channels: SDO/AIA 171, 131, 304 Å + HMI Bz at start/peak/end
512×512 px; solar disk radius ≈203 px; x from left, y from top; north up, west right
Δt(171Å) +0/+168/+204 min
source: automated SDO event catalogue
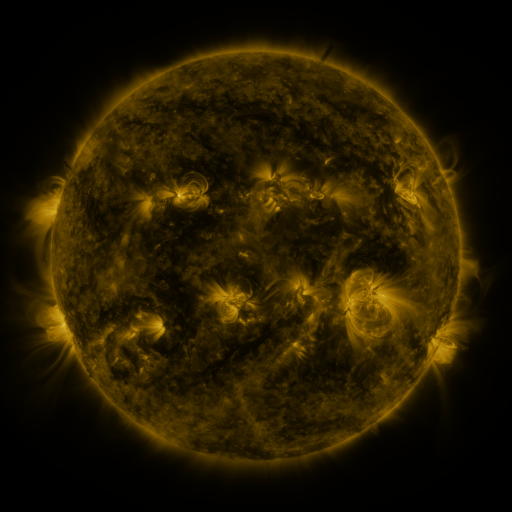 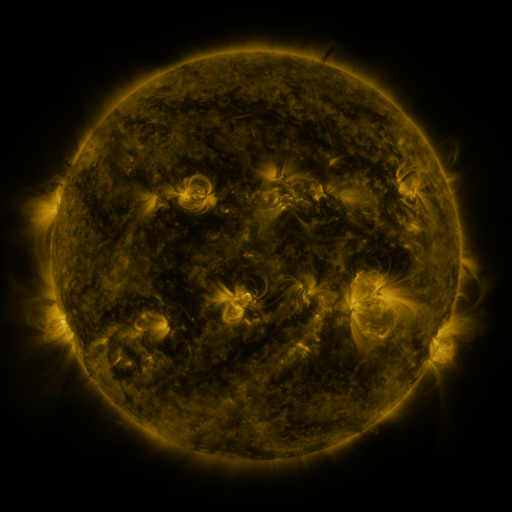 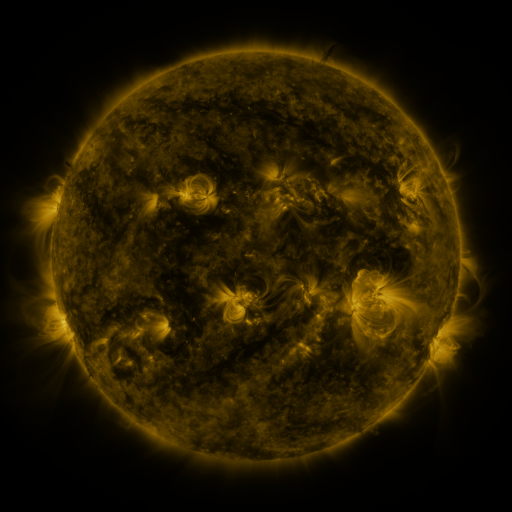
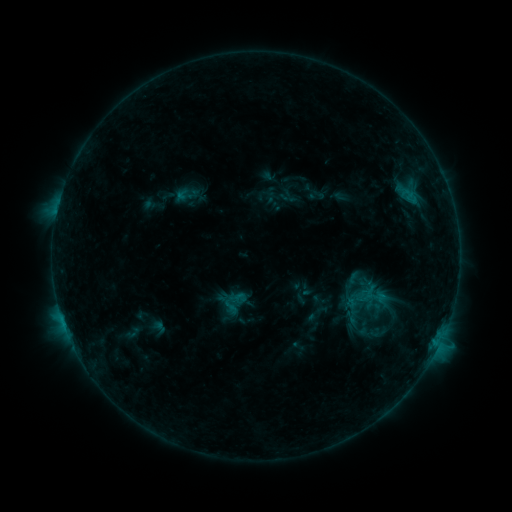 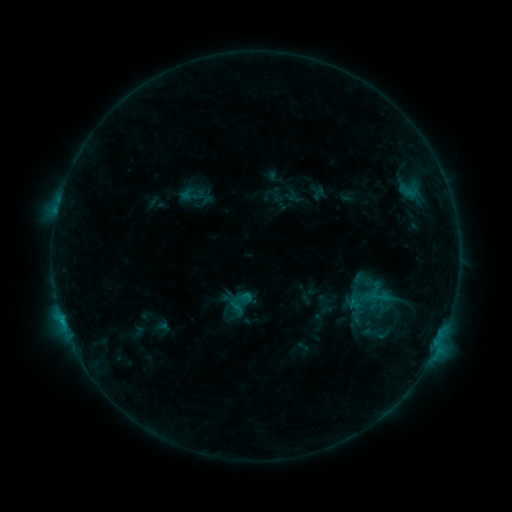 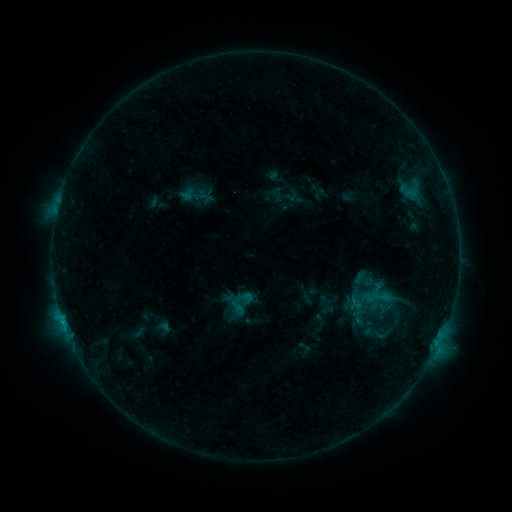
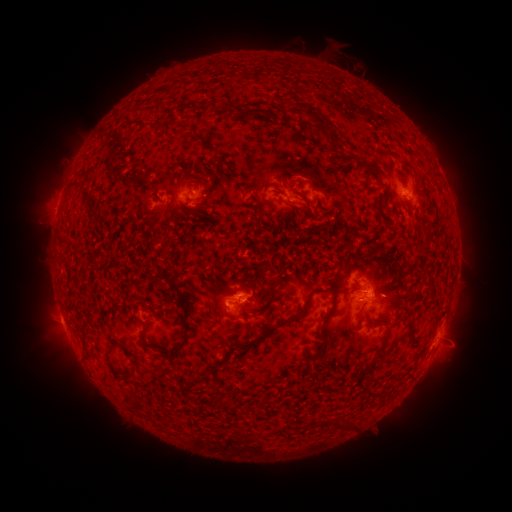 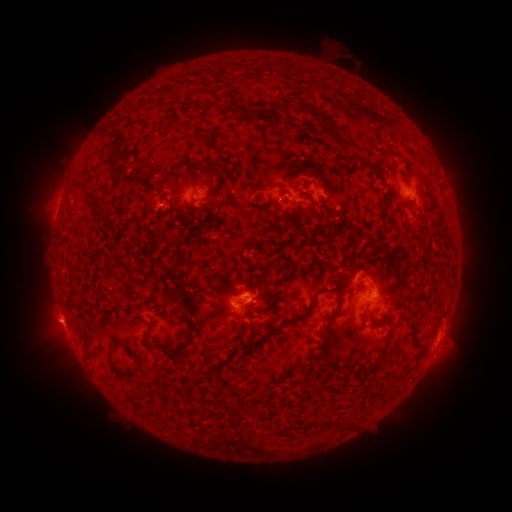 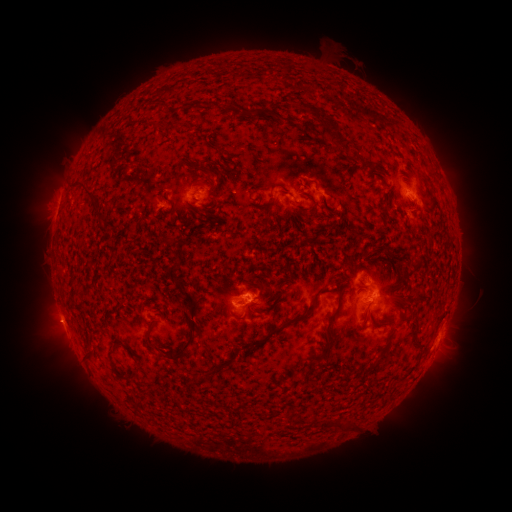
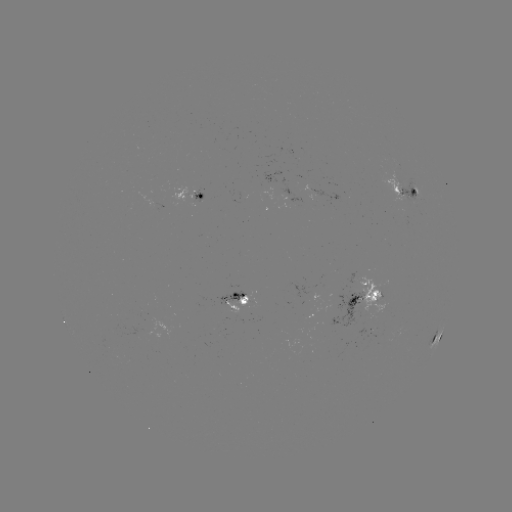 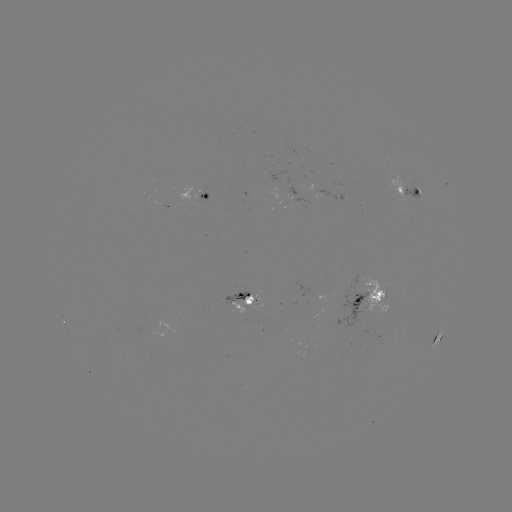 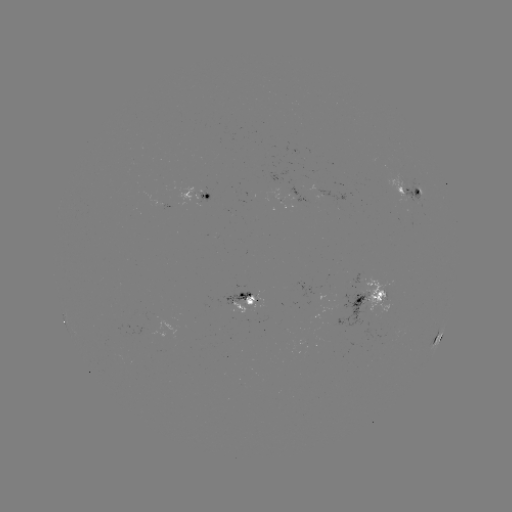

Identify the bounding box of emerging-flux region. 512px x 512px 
[351, 271, 361, 284].